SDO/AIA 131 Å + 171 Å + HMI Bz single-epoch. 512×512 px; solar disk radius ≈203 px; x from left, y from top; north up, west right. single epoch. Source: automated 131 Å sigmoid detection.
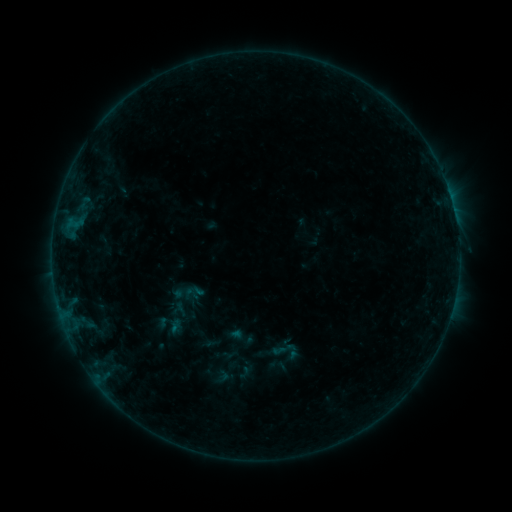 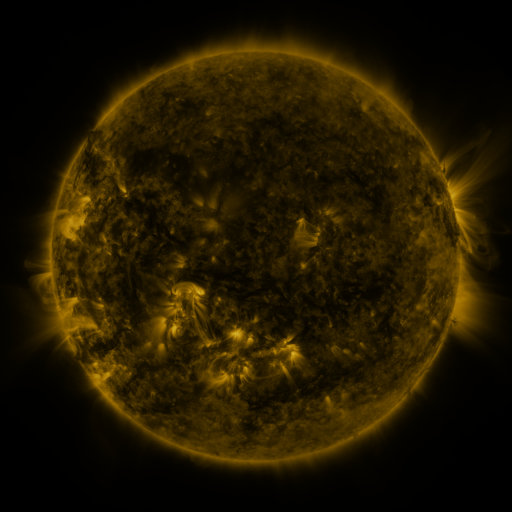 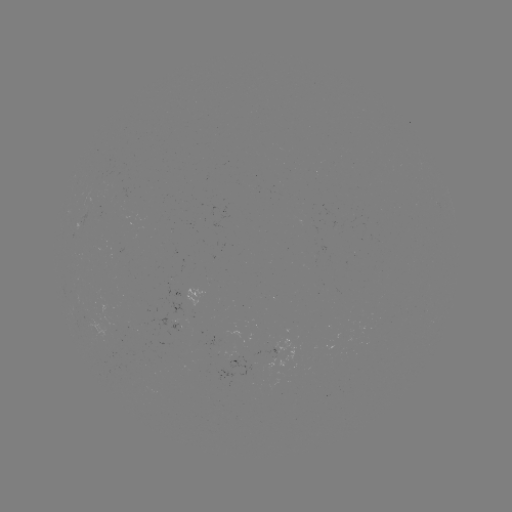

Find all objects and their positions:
sigmoid: [174, 282, 194, 303]
sigmoid: [268, 334, 303, 370]
sigmoid: [235, 365, 255, 383]
